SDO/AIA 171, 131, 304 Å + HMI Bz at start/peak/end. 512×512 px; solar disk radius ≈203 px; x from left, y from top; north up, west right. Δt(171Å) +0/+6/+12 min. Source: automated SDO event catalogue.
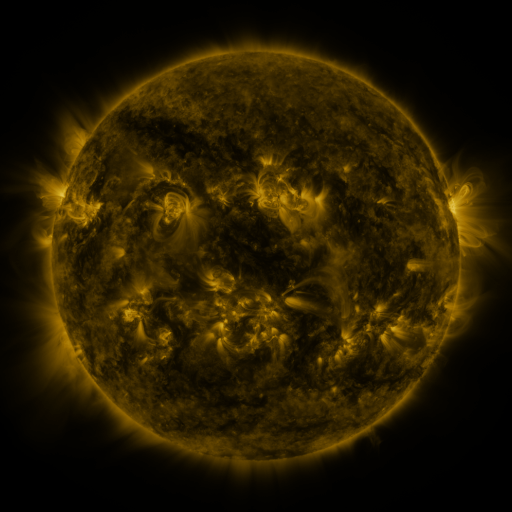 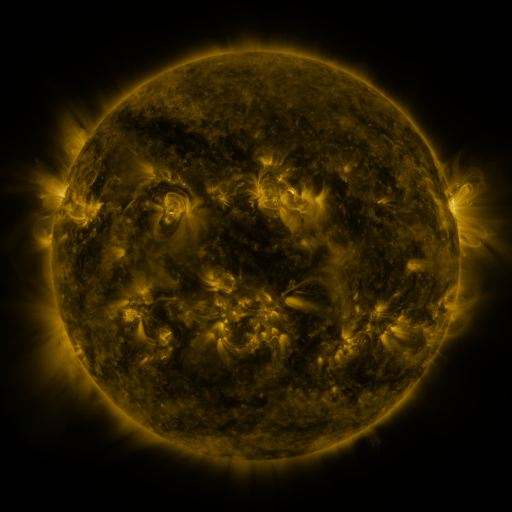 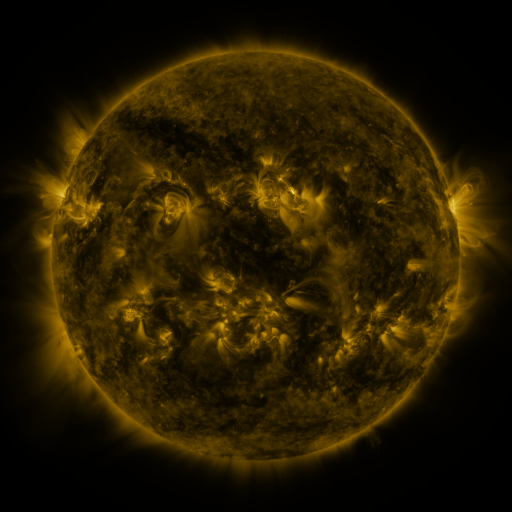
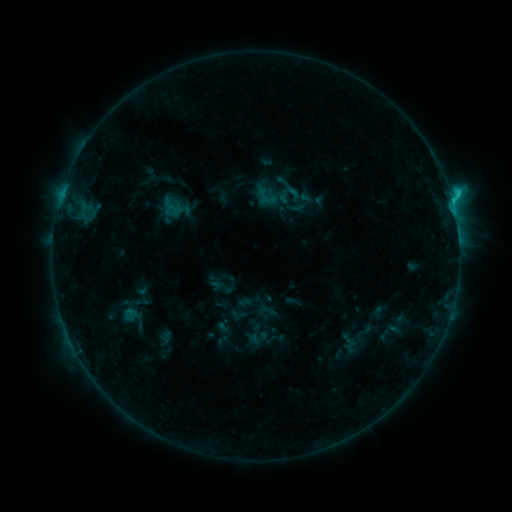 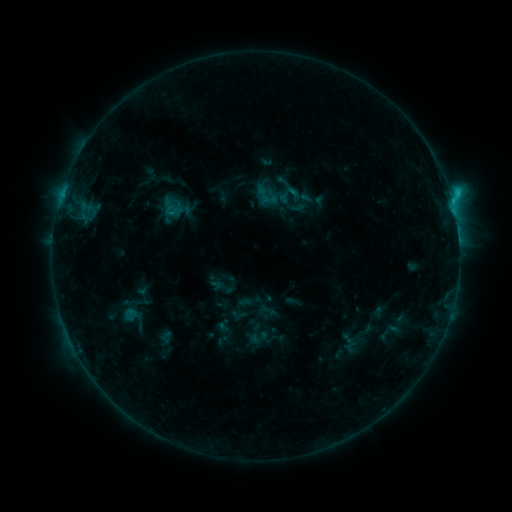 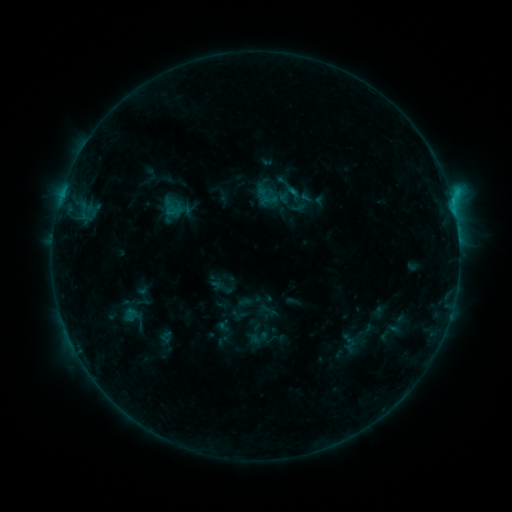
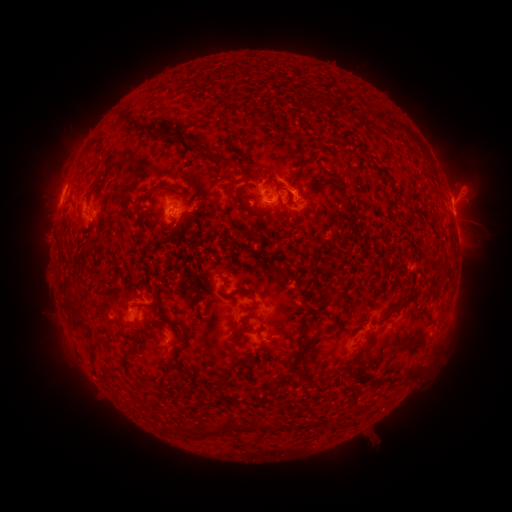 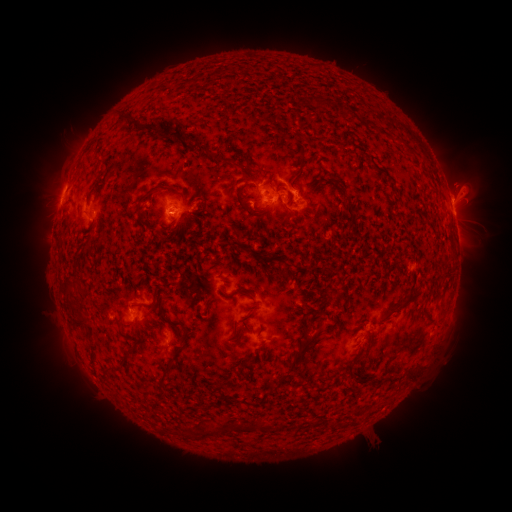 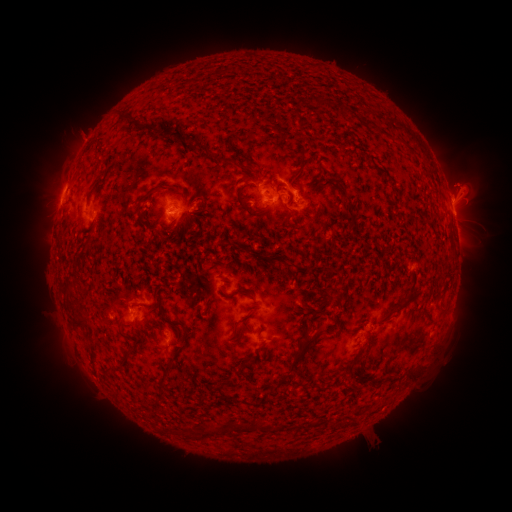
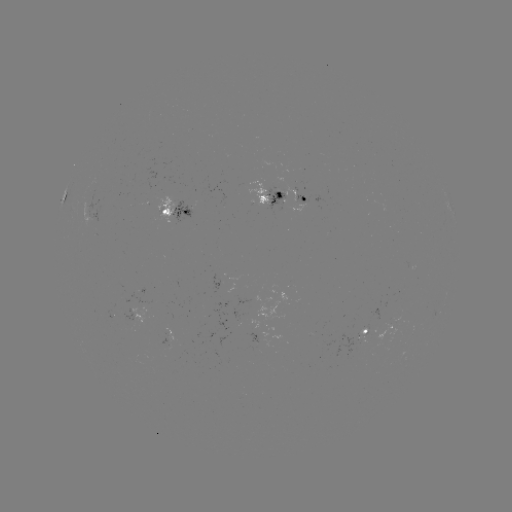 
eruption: [56, 111, 106, 162]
